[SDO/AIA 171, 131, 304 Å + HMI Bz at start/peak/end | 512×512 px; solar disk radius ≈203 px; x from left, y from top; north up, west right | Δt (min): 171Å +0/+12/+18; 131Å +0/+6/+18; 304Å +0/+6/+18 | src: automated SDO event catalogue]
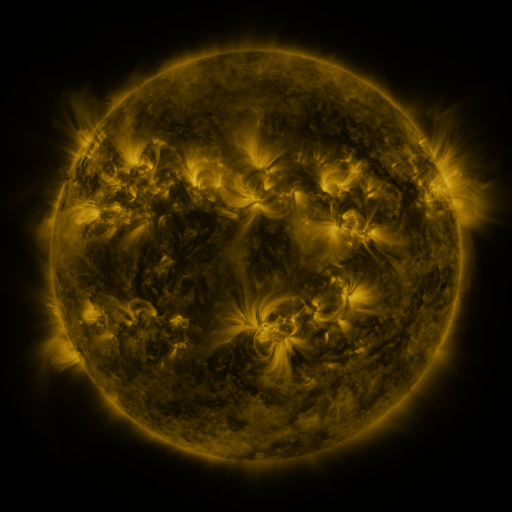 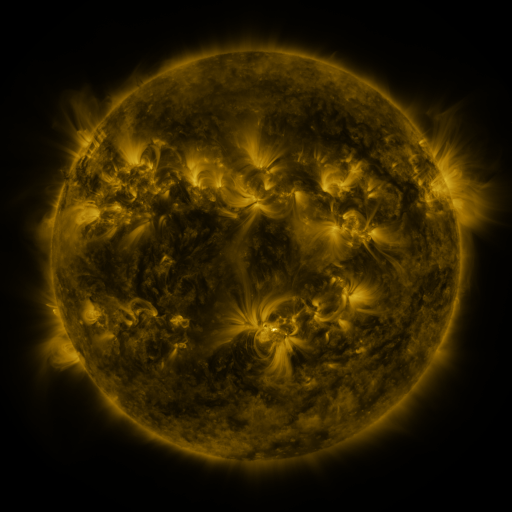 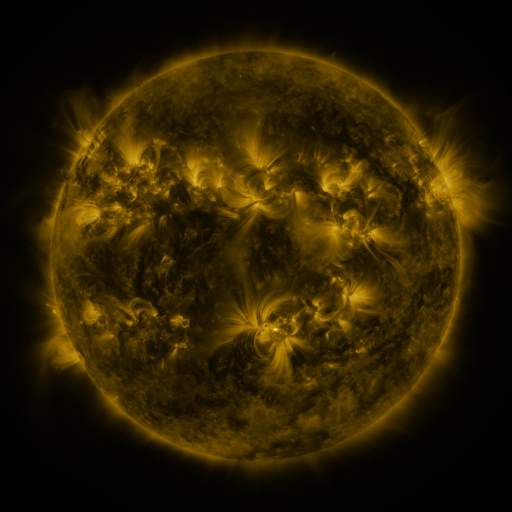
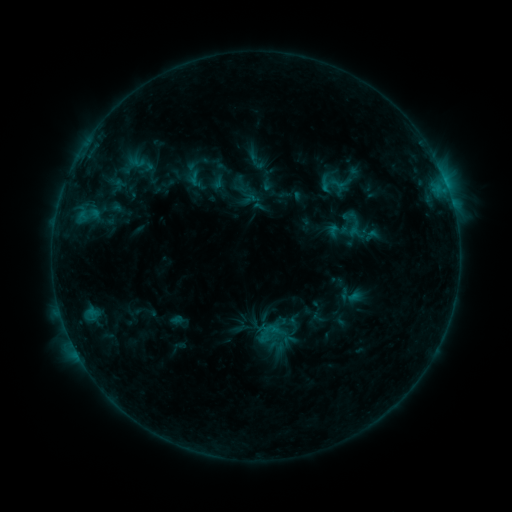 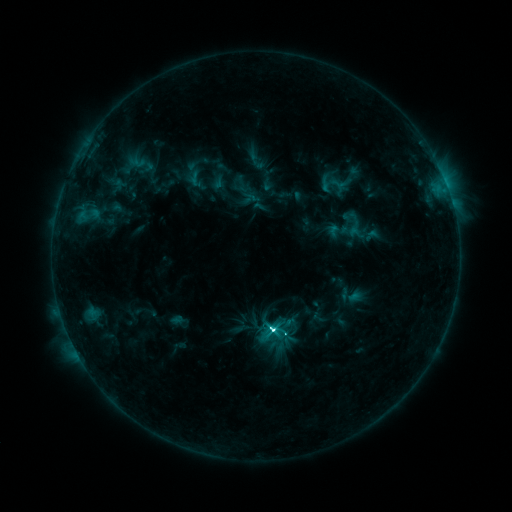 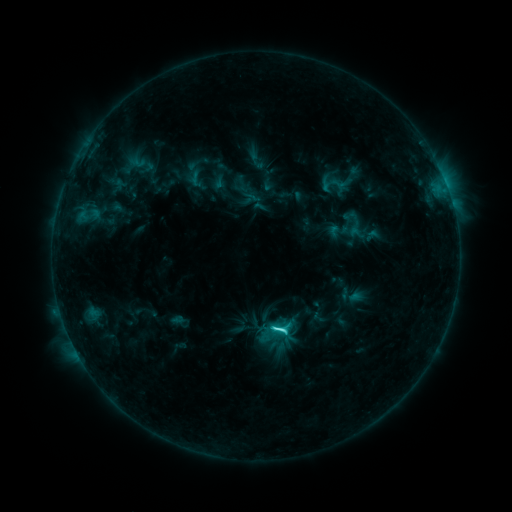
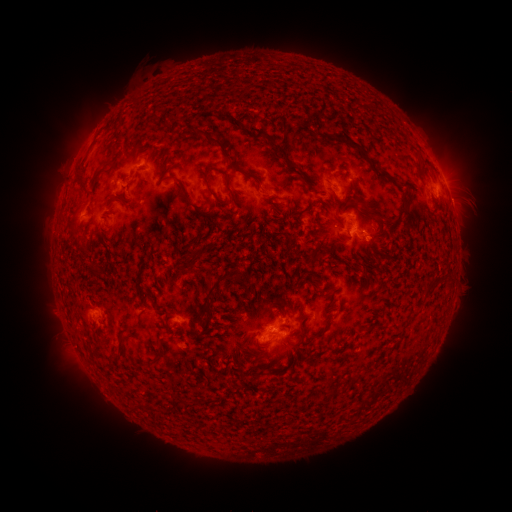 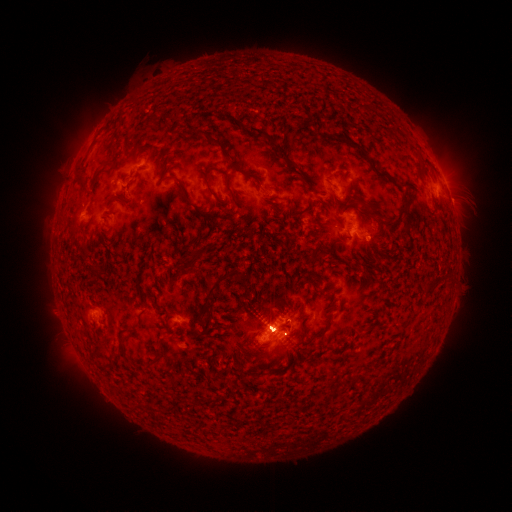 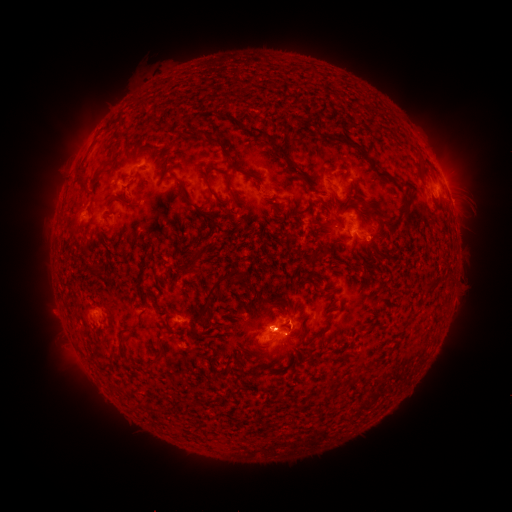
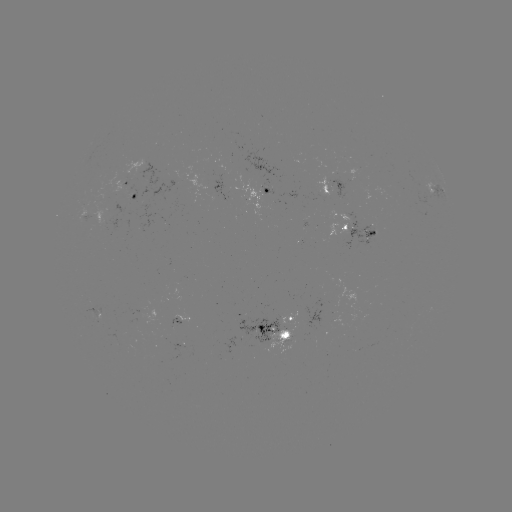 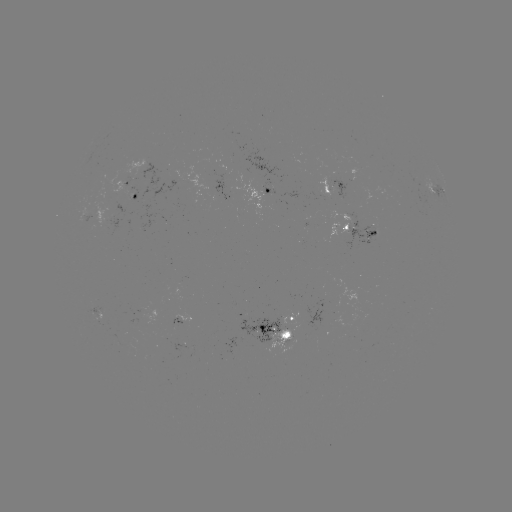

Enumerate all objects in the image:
C6.9 flare: (272, 326)
